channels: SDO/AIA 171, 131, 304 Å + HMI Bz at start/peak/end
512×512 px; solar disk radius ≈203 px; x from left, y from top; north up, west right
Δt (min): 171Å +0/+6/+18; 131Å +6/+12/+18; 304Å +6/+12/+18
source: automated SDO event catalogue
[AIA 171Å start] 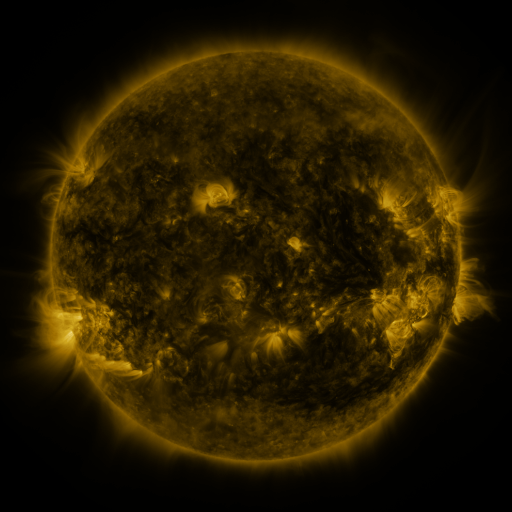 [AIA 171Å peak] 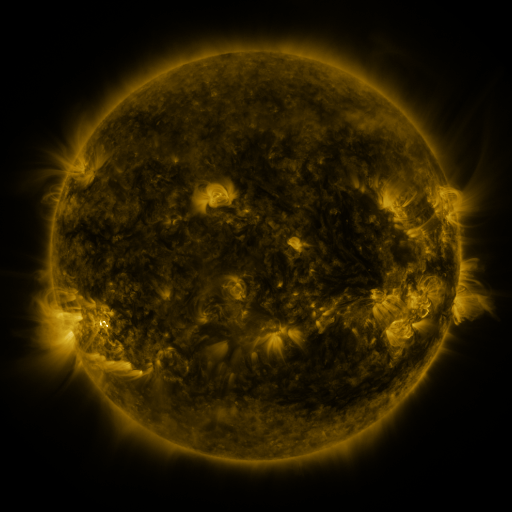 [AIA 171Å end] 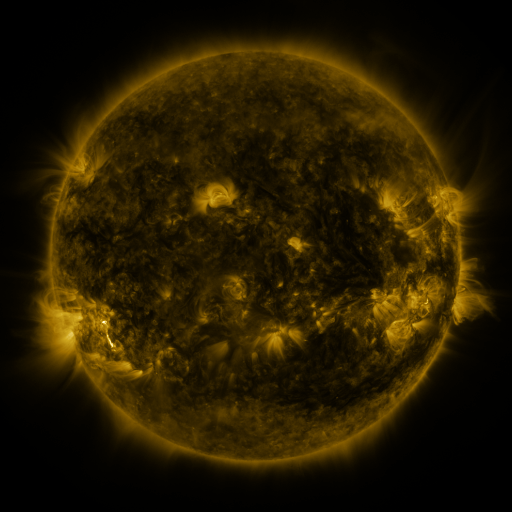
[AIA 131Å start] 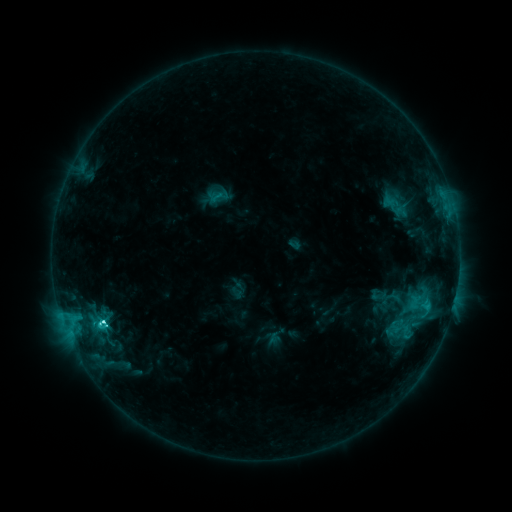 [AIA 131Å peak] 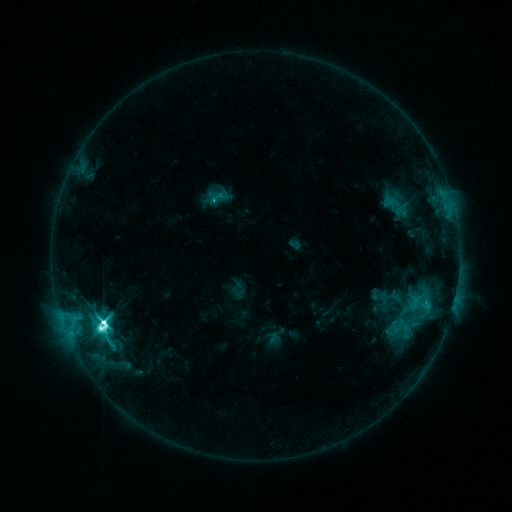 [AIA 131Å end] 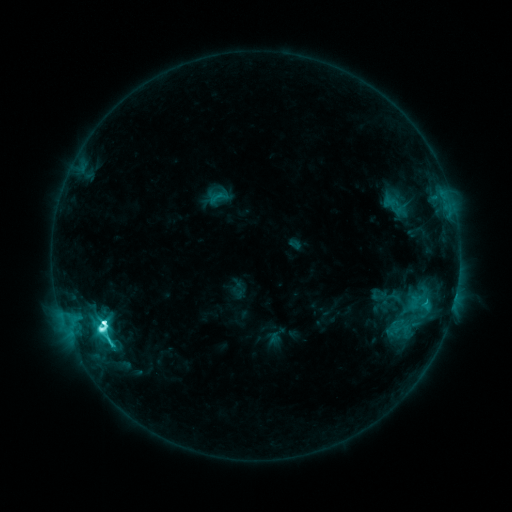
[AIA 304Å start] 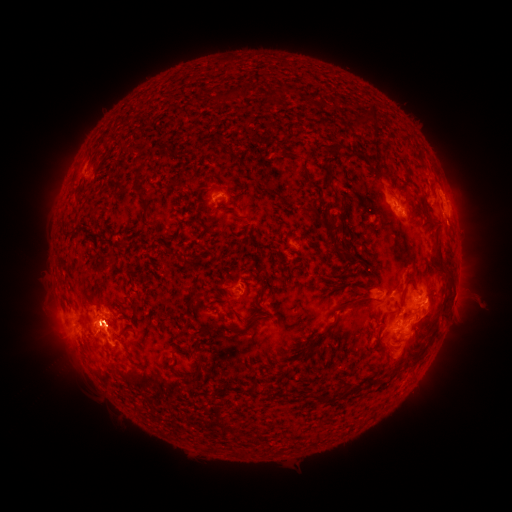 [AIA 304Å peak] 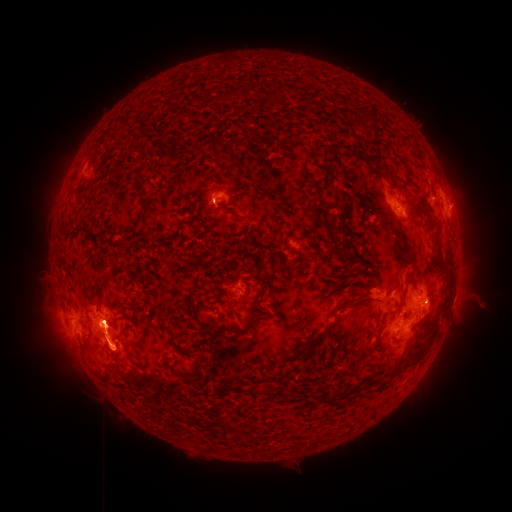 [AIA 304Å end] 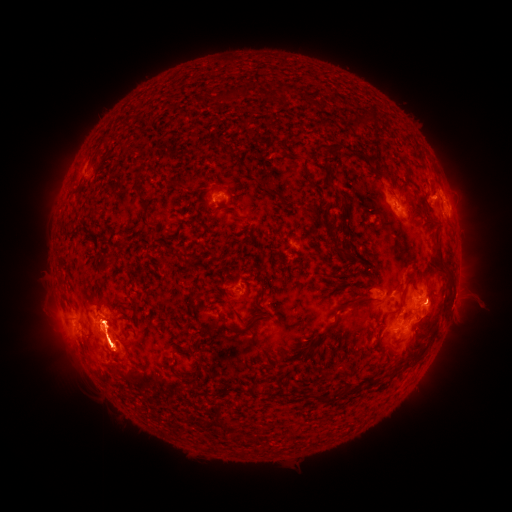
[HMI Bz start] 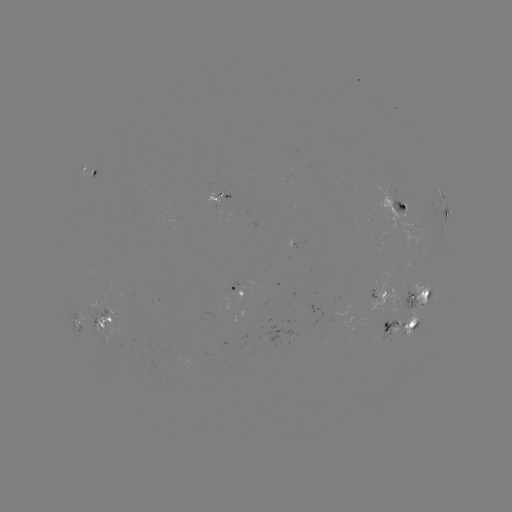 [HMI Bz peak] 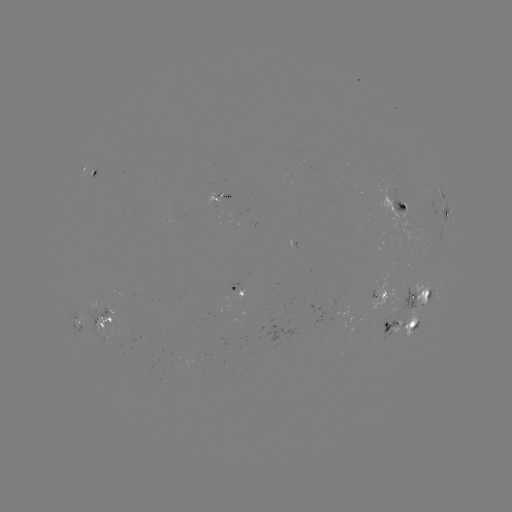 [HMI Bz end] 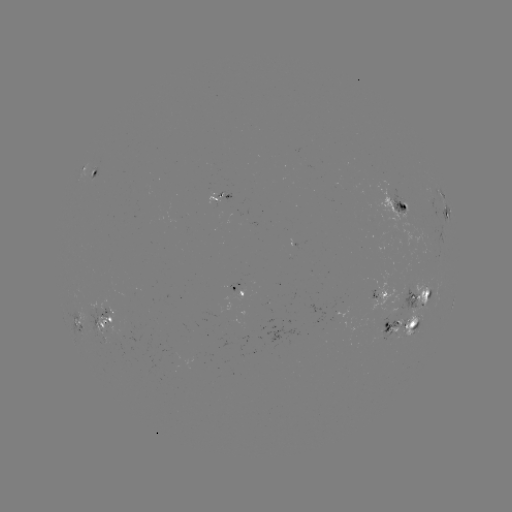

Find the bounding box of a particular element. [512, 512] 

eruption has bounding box [84, 284, 126, 319].